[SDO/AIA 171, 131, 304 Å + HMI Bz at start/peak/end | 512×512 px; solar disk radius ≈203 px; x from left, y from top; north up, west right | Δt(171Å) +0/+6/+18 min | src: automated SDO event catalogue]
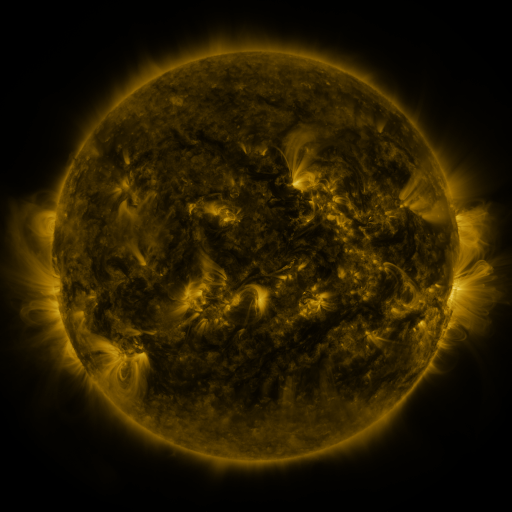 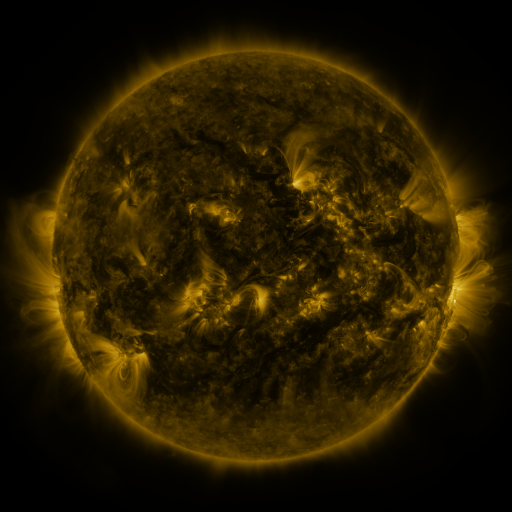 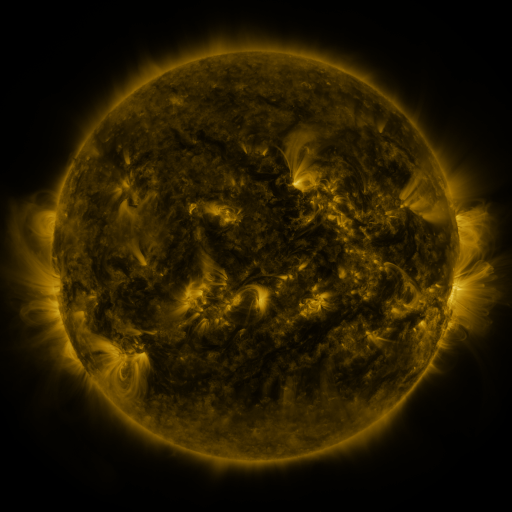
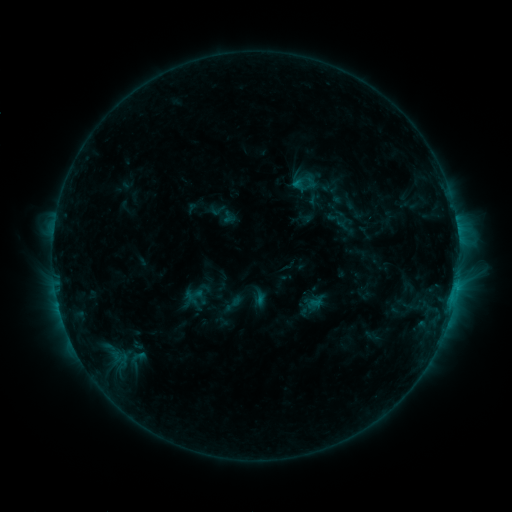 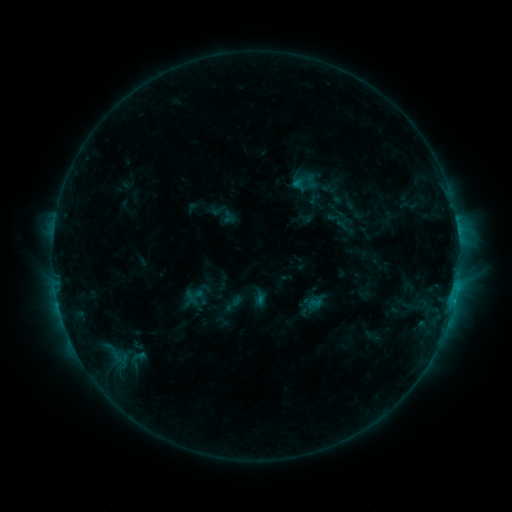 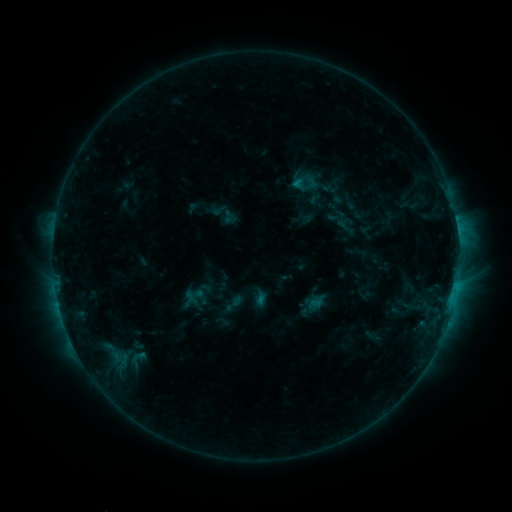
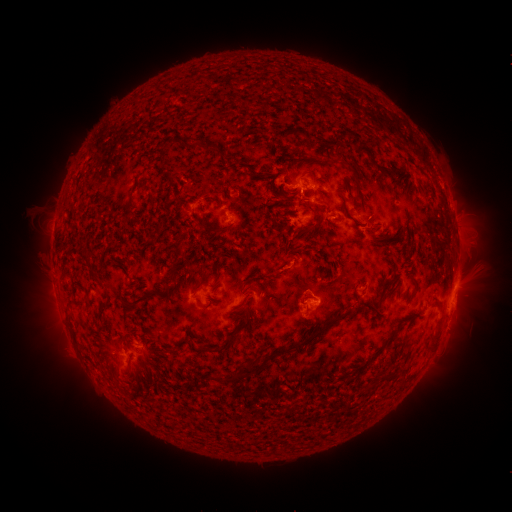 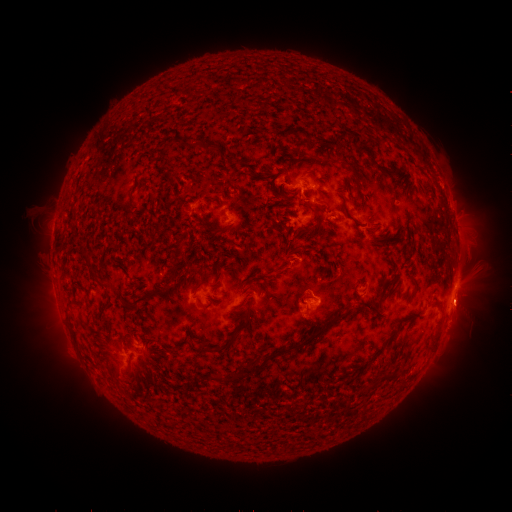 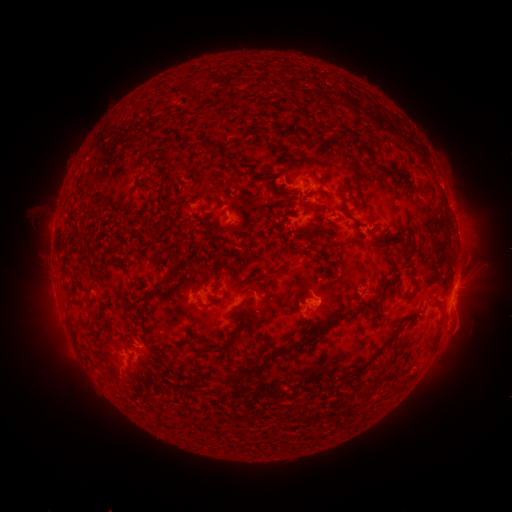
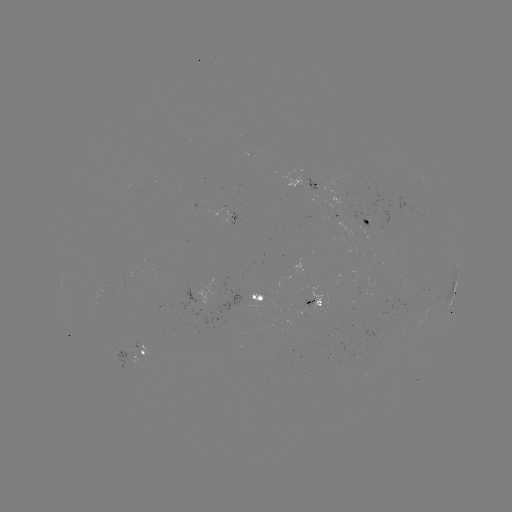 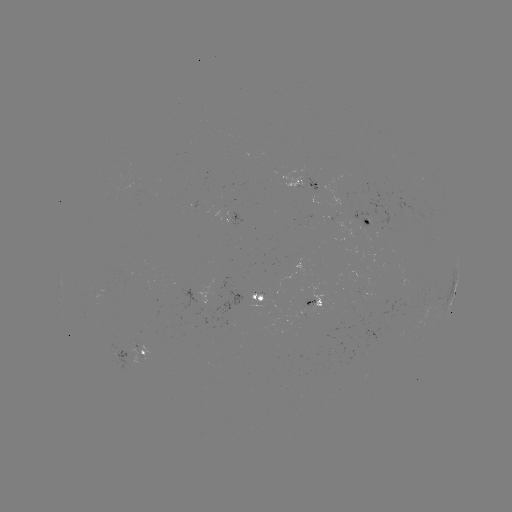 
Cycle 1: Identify eruption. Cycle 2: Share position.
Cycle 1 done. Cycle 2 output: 466,309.